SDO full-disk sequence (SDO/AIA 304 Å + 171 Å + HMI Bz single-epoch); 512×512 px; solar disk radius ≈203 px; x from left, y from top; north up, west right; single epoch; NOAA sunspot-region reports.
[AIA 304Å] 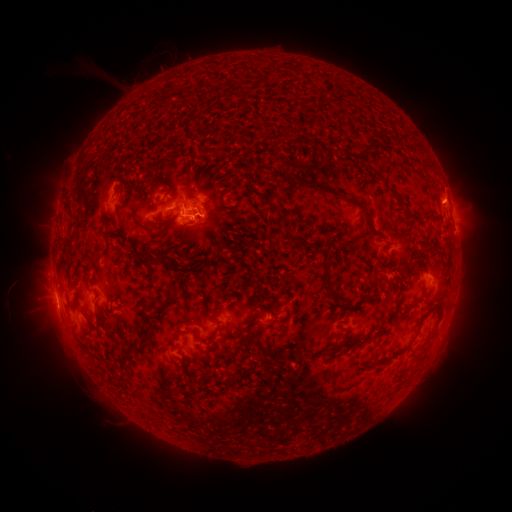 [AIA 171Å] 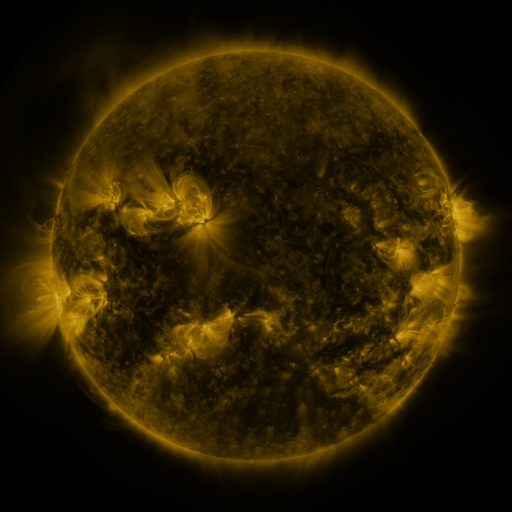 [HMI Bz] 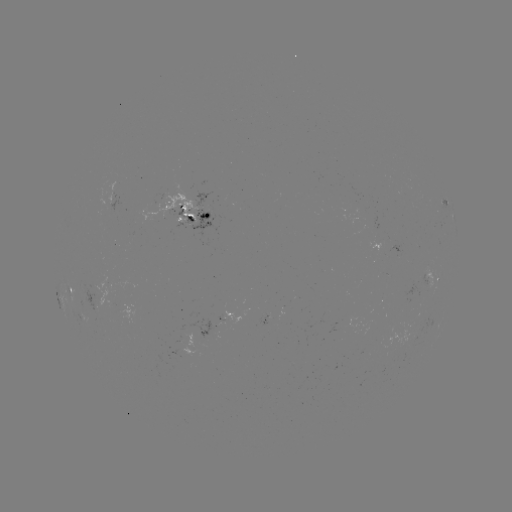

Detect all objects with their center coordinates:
spotted active region: (452, 211)
spotted active region: (195, 214)
spotted active region: (399, 243)
spotted active region: (435, 279)
spotted active region: (74, 289)
